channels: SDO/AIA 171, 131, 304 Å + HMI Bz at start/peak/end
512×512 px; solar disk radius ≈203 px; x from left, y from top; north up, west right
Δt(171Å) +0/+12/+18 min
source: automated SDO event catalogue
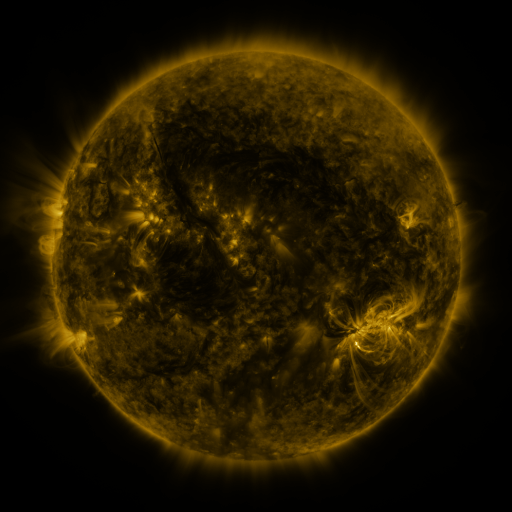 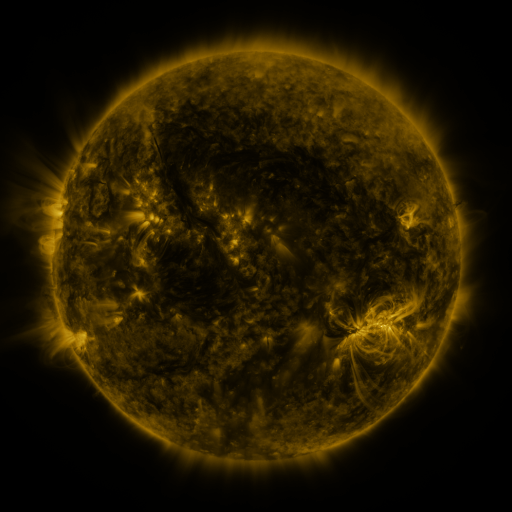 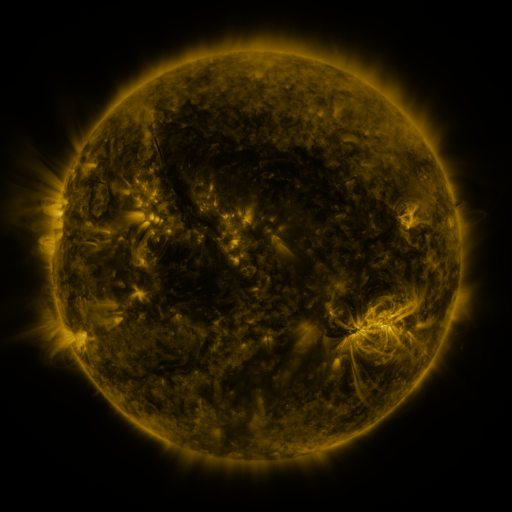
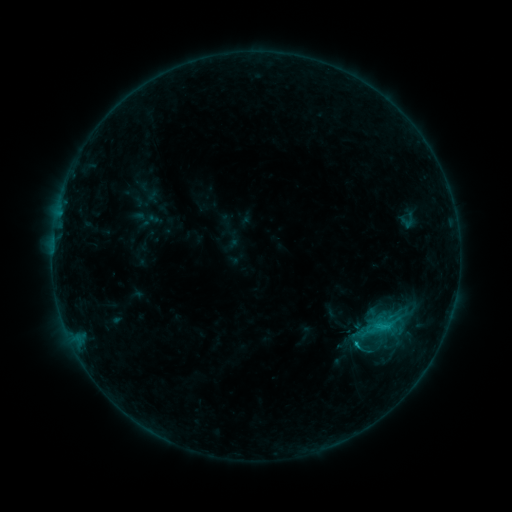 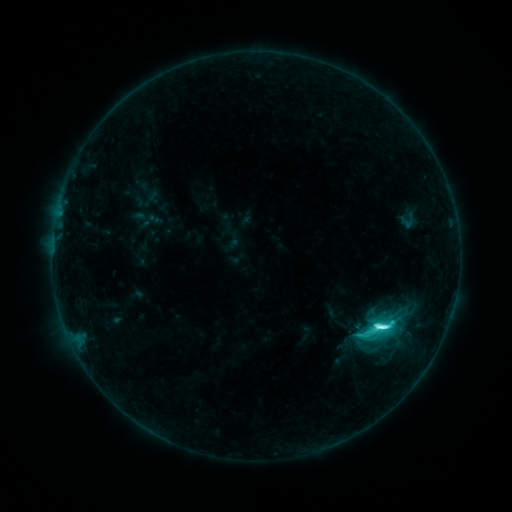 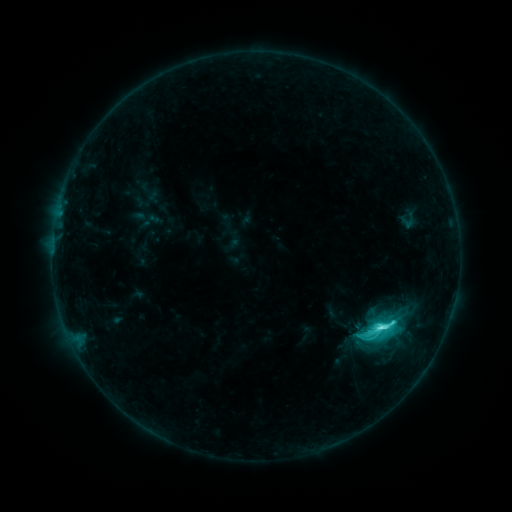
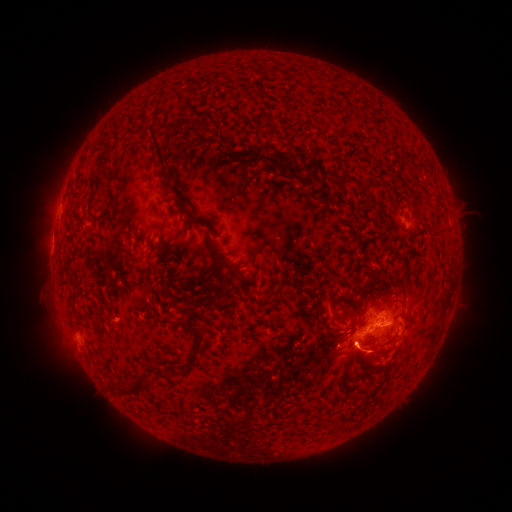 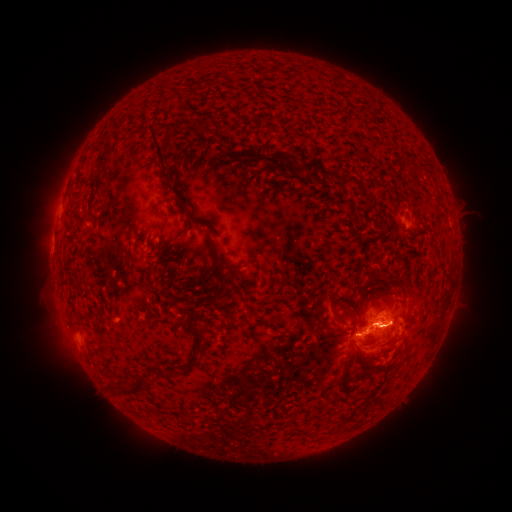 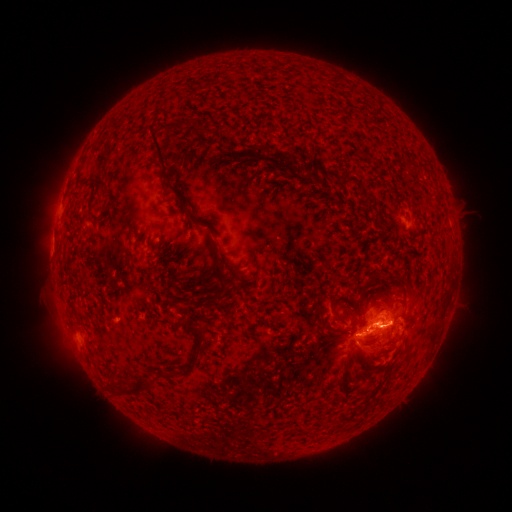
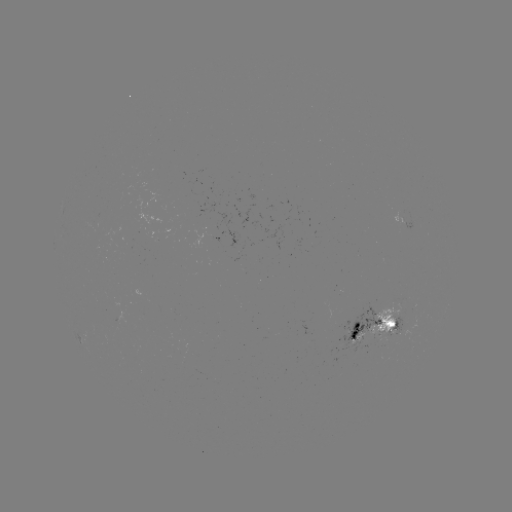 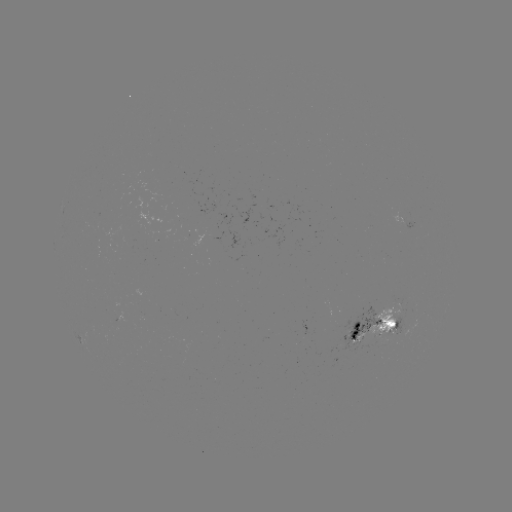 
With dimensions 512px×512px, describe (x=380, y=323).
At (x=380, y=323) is C9.5 flare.